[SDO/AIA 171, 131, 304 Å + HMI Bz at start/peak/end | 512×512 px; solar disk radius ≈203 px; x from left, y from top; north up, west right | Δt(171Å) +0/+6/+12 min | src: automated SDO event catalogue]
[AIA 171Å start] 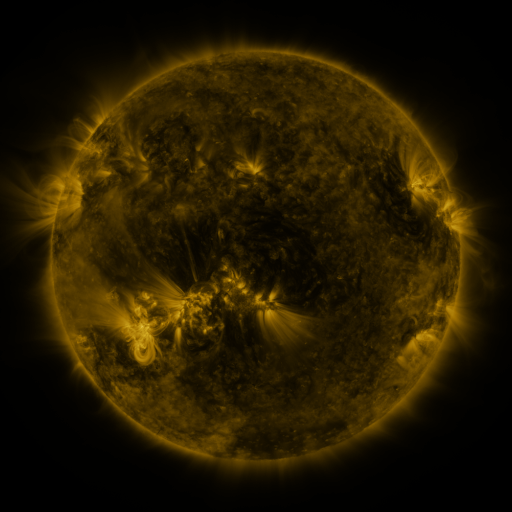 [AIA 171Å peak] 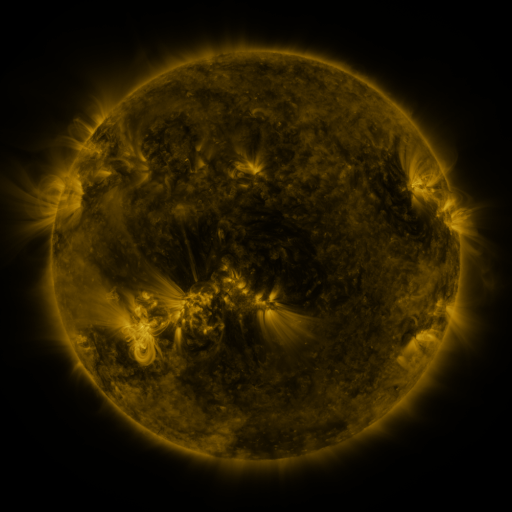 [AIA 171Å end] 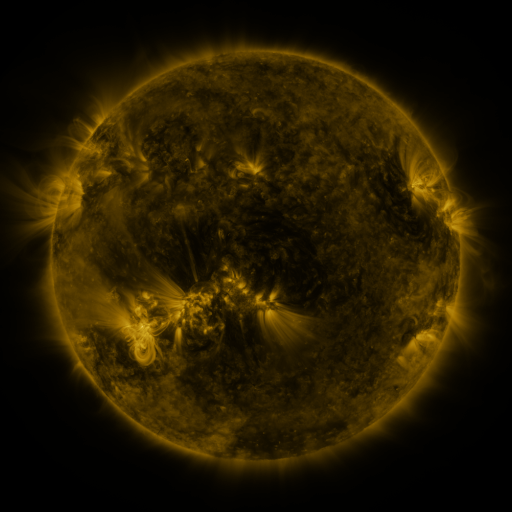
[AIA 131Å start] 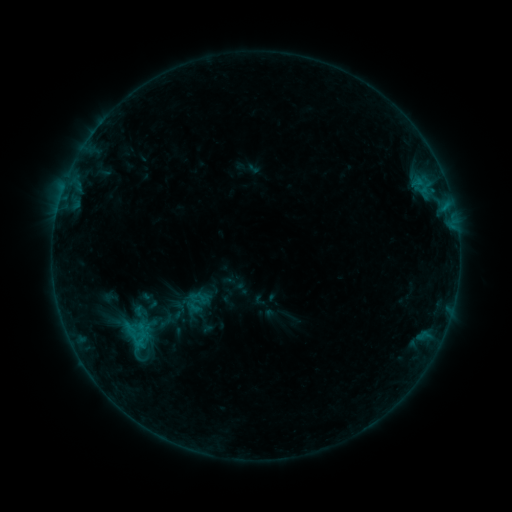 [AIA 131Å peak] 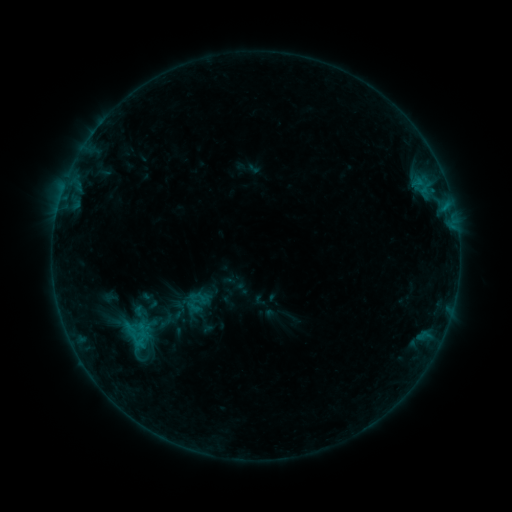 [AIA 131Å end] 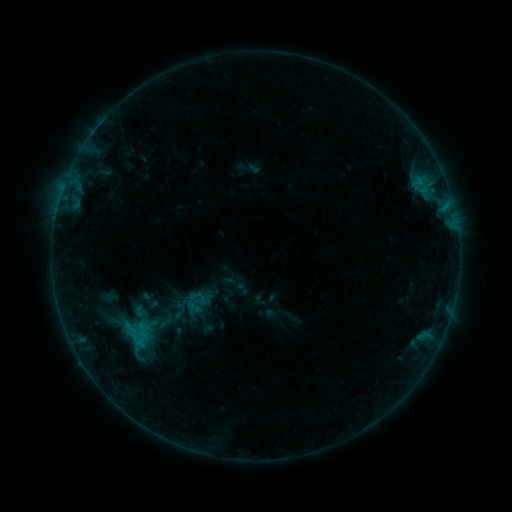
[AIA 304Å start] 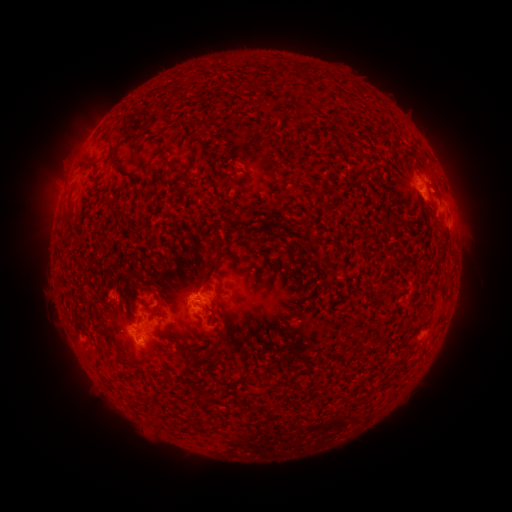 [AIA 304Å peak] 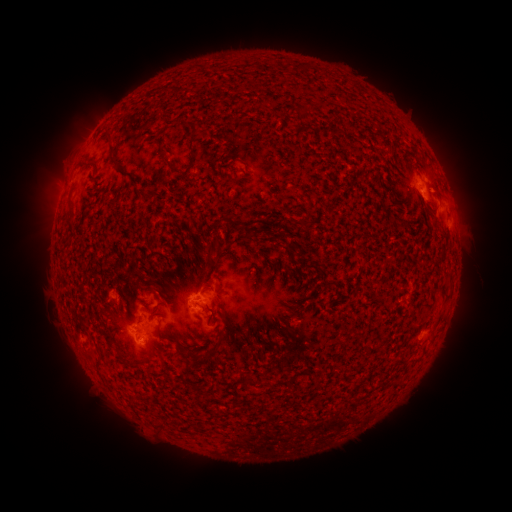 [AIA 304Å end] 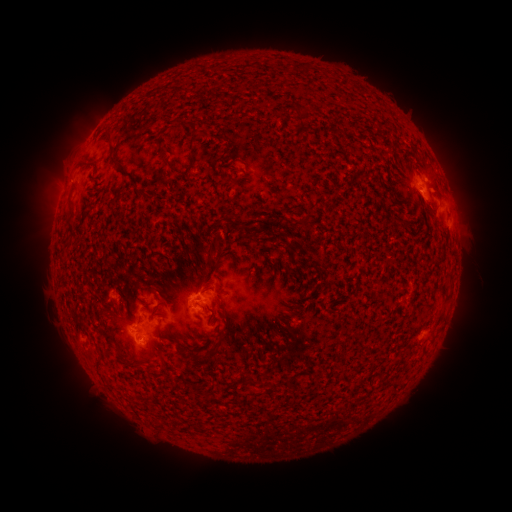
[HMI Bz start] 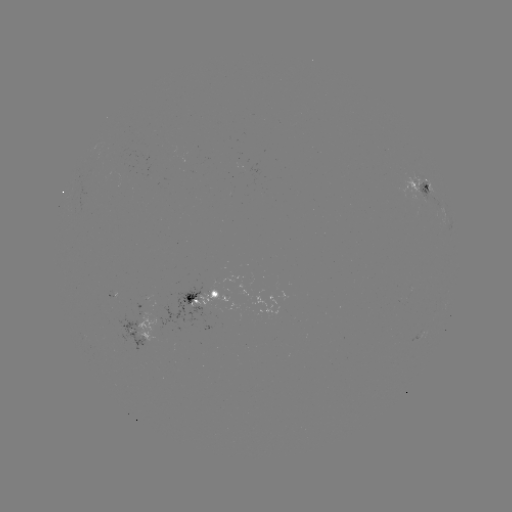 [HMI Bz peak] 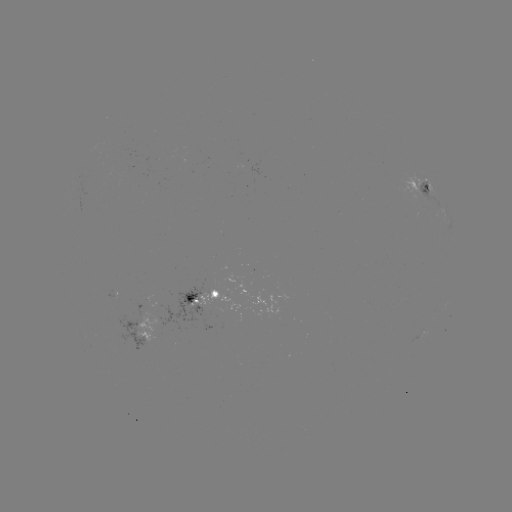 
no classed flare was catalogued and no EUV brightening was flagged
